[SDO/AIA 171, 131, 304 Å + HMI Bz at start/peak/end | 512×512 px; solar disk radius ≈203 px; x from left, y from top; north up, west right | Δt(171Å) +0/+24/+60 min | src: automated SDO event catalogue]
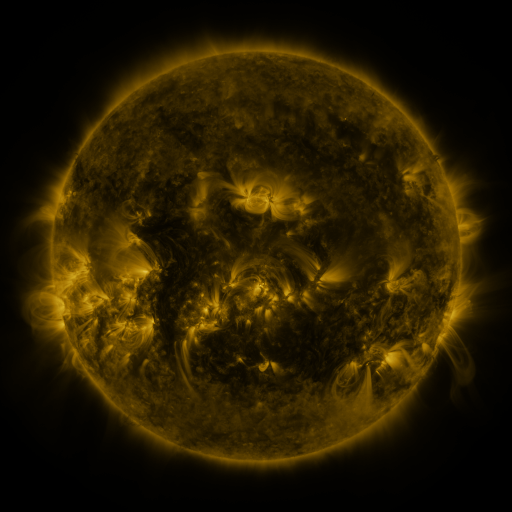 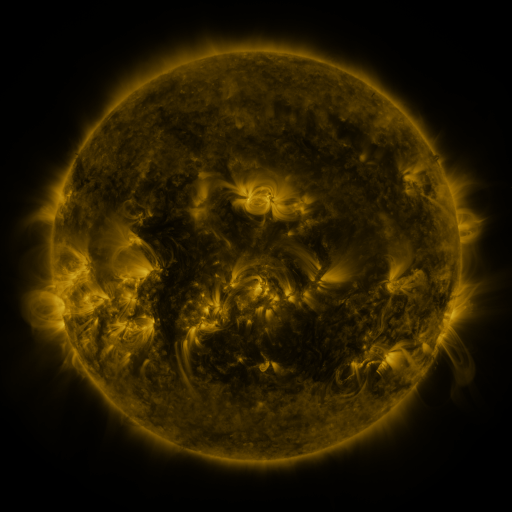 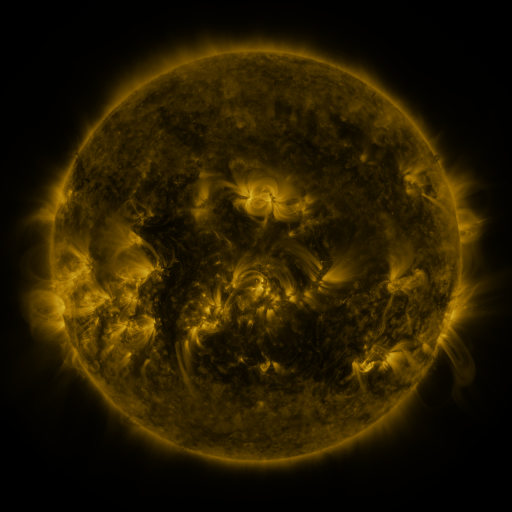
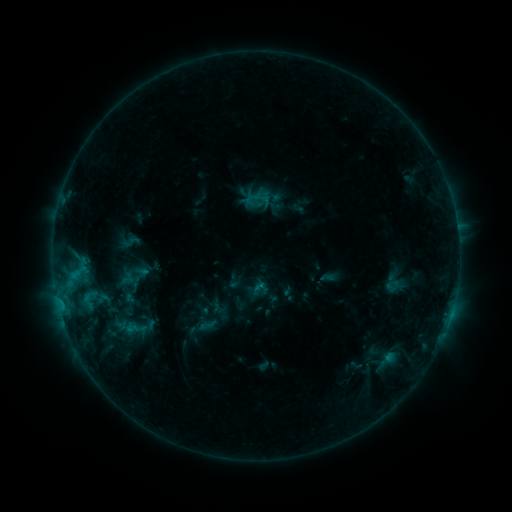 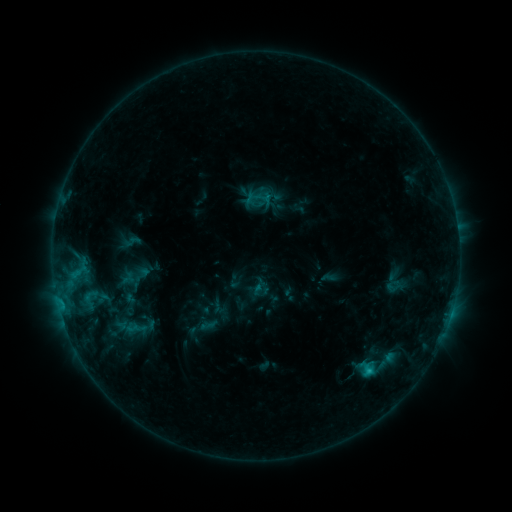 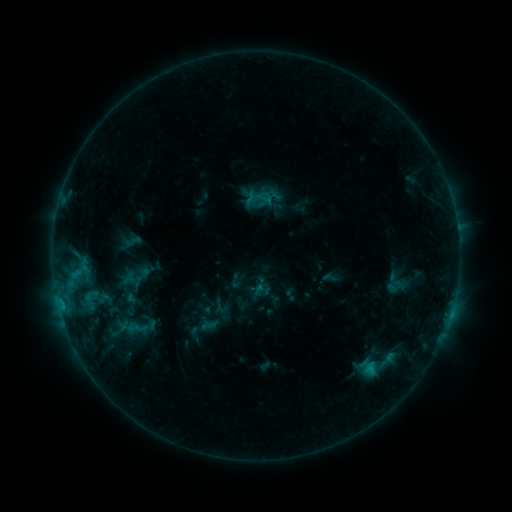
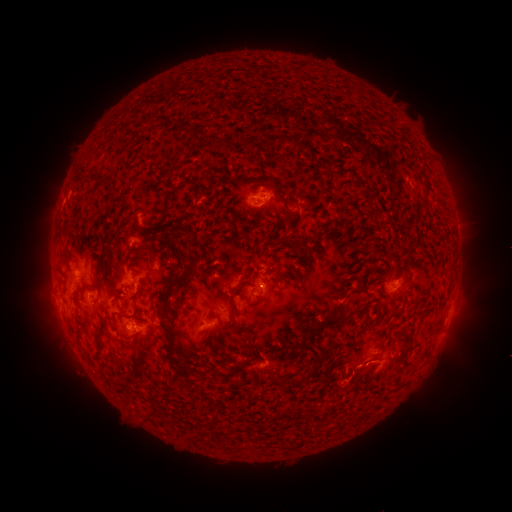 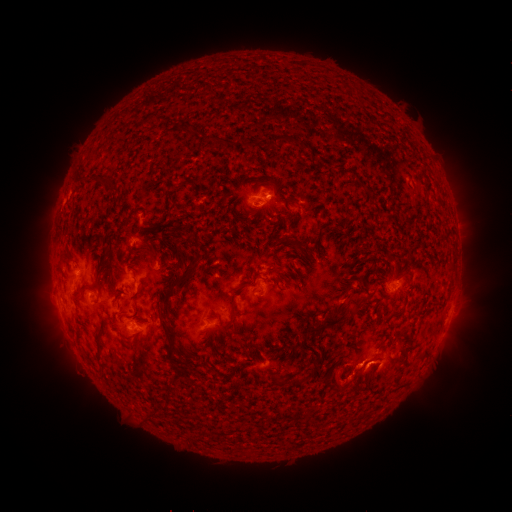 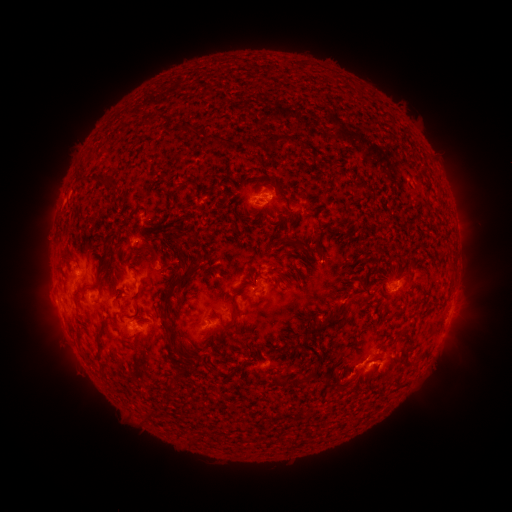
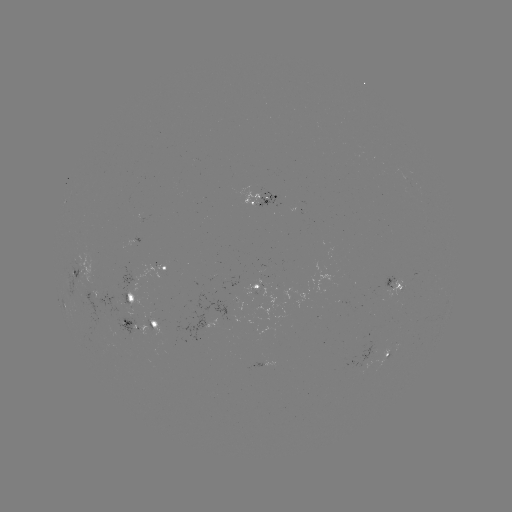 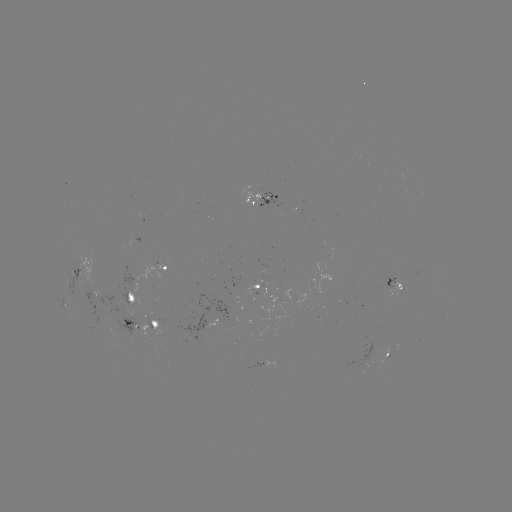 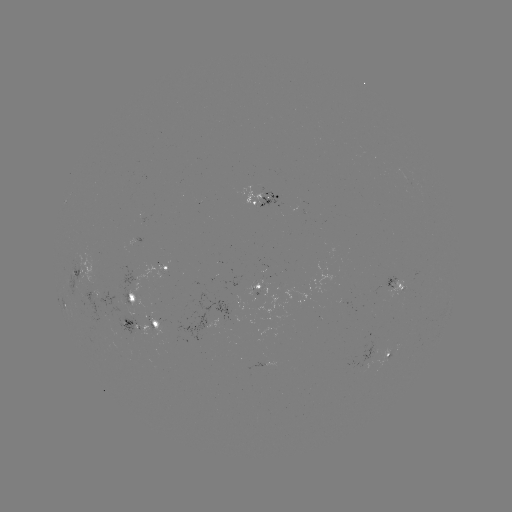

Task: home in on C2.9 flare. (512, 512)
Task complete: [367, 370].